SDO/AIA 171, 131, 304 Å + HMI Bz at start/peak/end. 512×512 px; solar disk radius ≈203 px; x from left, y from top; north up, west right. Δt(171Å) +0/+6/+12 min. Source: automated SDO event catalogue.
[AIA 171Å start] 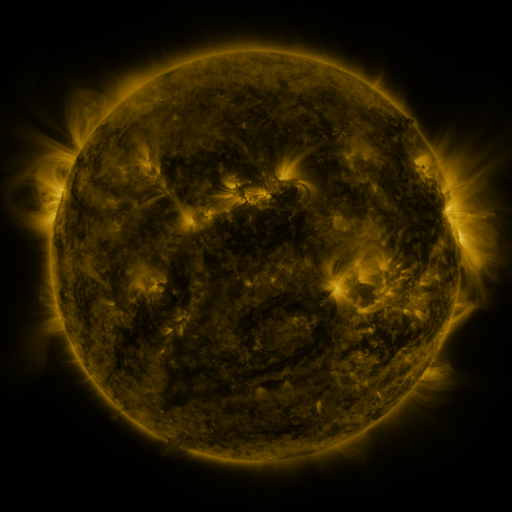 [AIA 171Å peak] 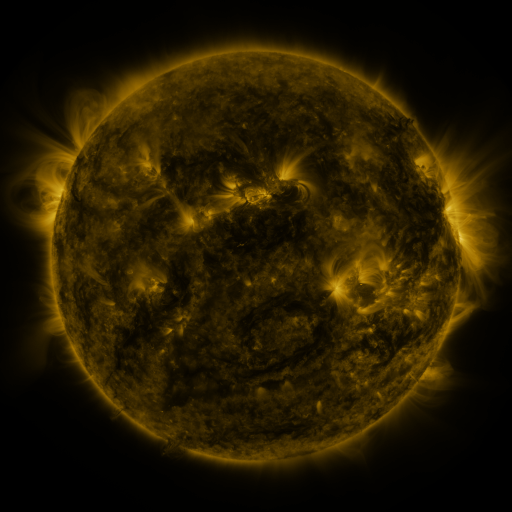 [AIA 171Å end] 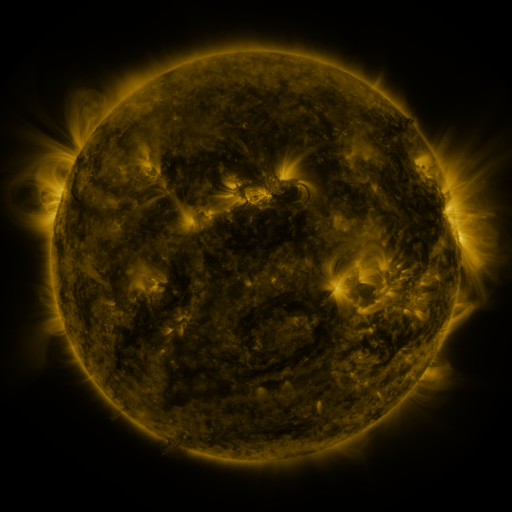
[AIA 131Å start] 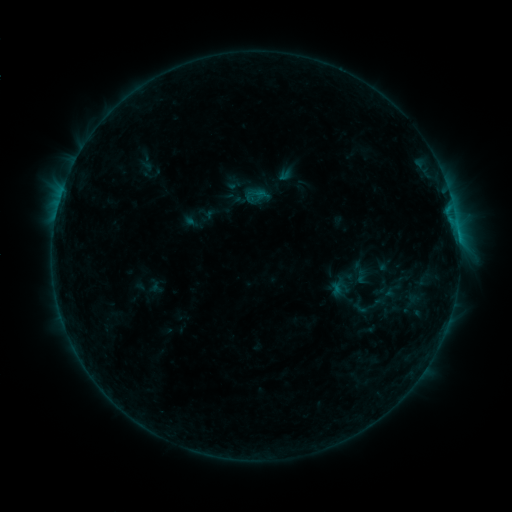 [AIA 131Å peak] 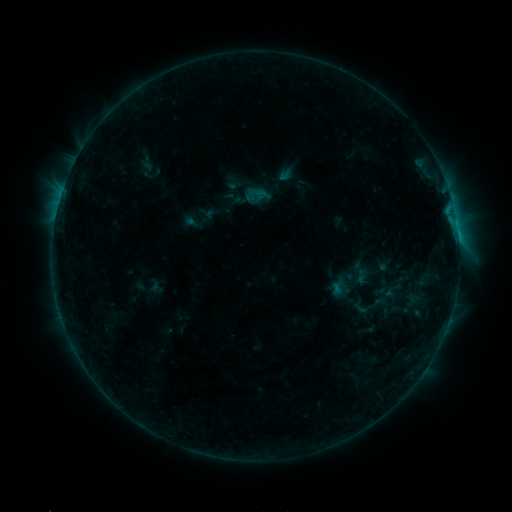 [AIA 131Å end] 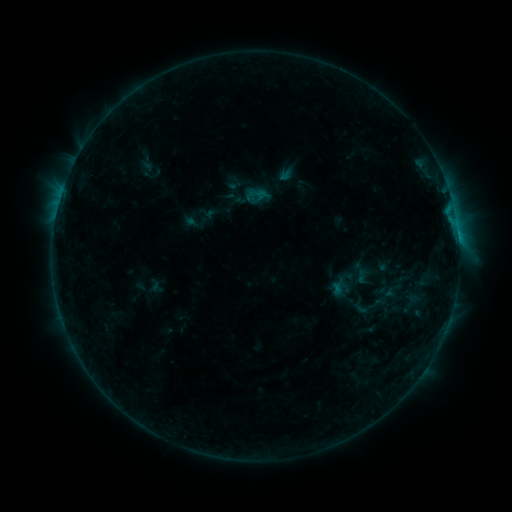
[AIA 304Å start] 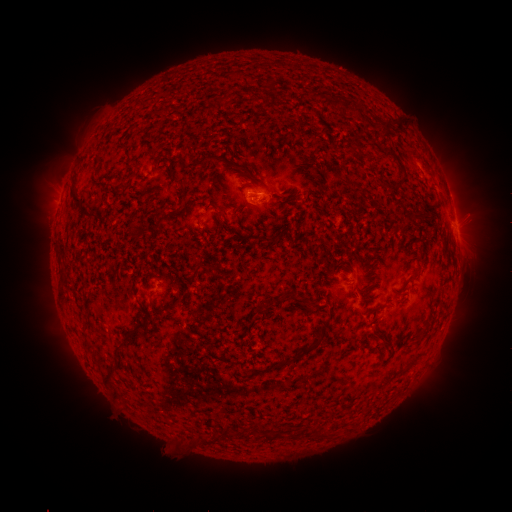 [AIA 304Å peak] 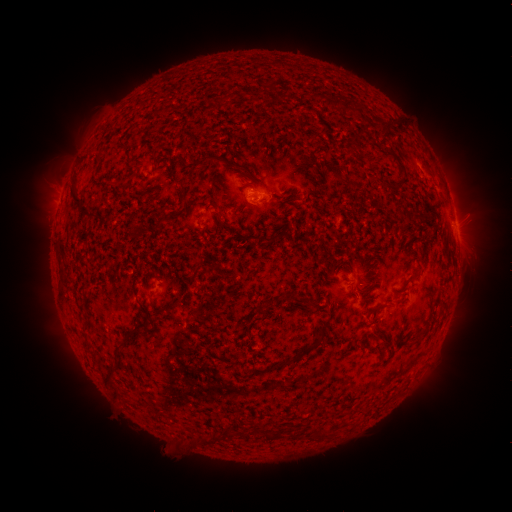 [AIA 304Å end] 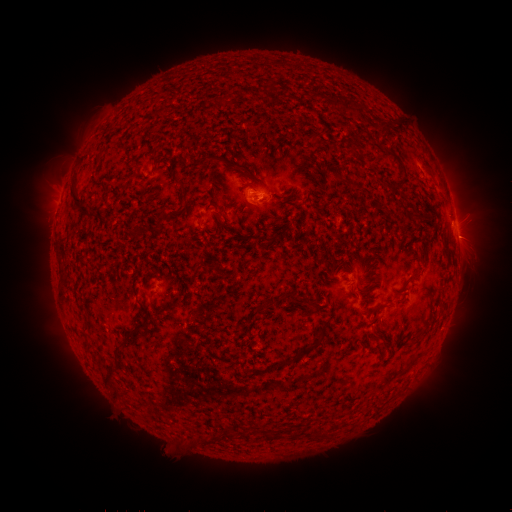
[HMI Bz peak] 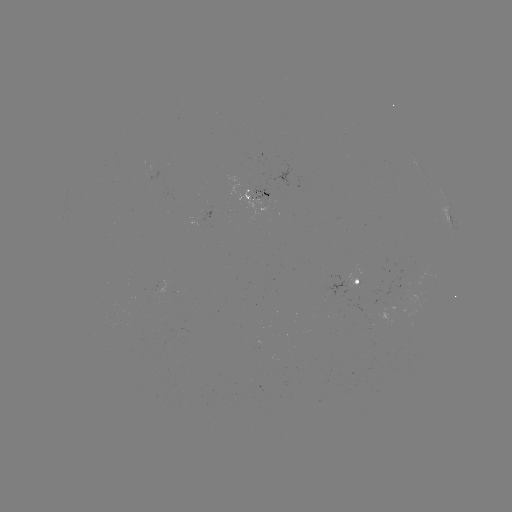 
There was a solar flare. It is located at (456, 223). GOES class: B3.8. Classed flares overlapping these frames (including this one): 1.